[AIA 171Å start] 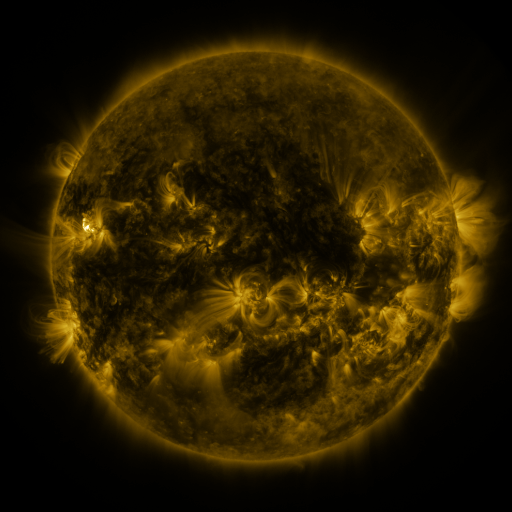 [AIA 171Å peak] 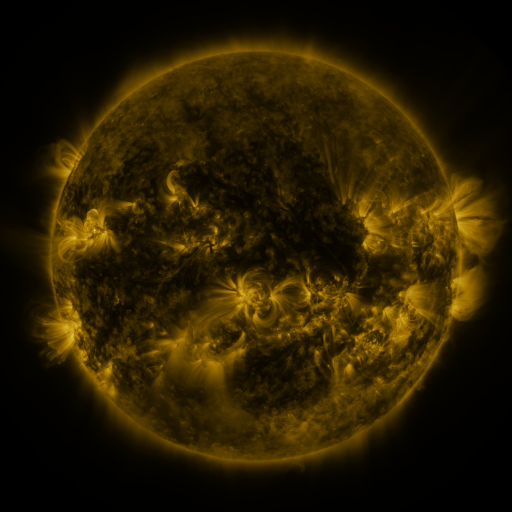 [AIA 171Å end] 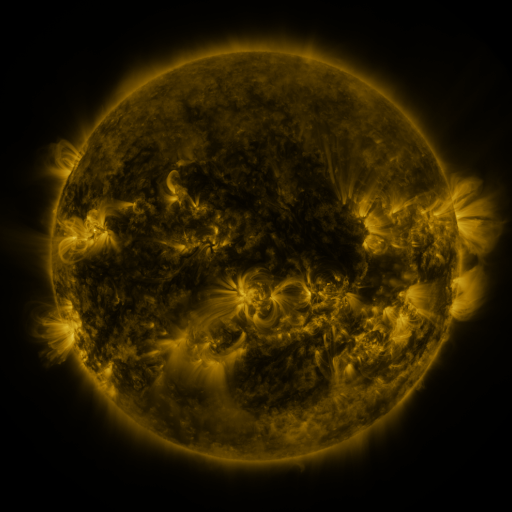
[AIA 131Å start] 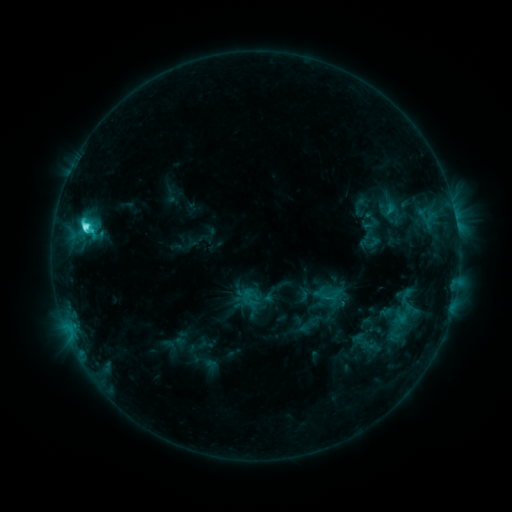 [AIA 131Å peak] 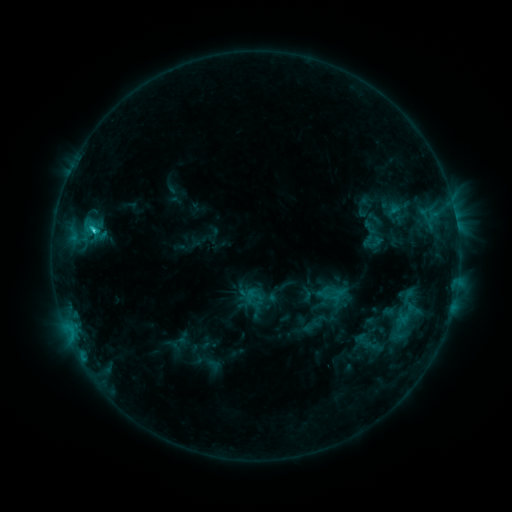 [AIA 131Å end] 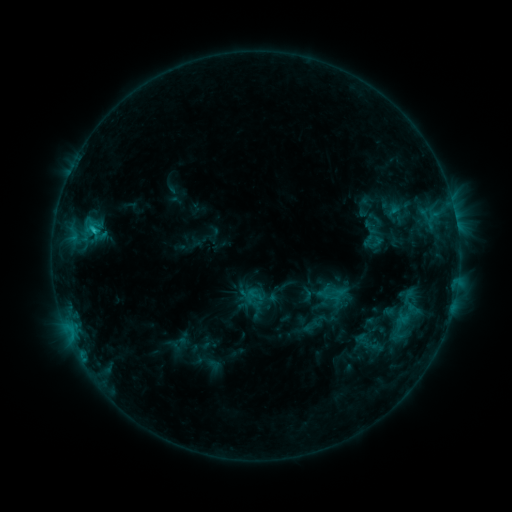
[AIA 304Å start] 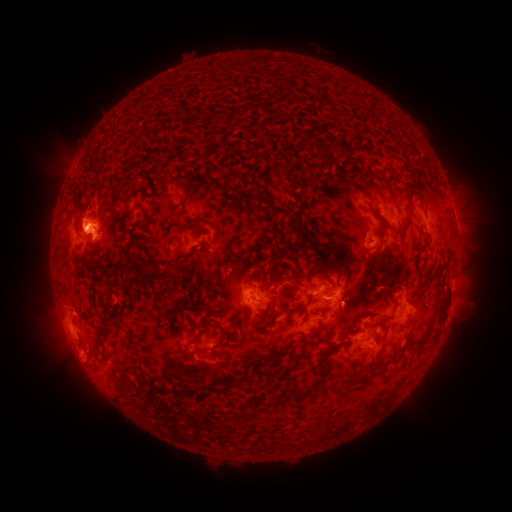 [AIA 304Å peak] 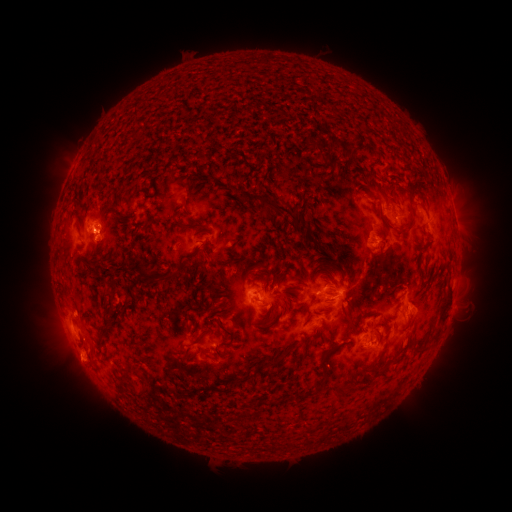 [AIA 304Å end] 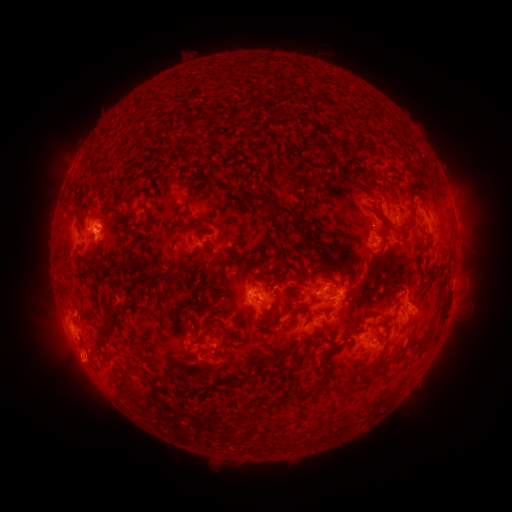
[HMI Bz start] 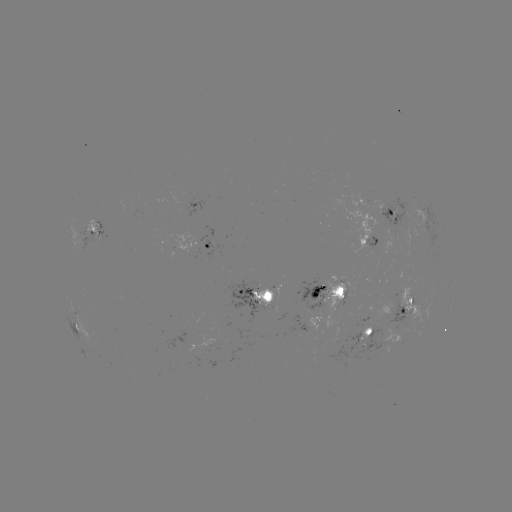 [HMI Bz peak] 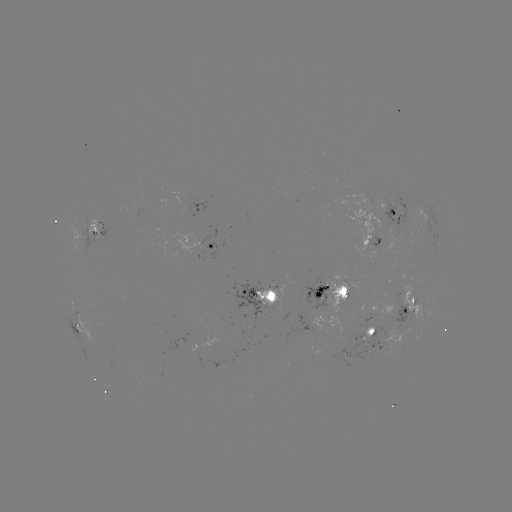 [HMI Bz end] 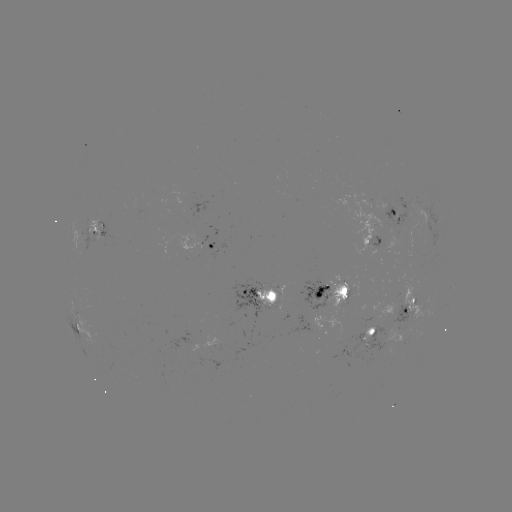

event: emerging-flux region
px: (319, 294)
